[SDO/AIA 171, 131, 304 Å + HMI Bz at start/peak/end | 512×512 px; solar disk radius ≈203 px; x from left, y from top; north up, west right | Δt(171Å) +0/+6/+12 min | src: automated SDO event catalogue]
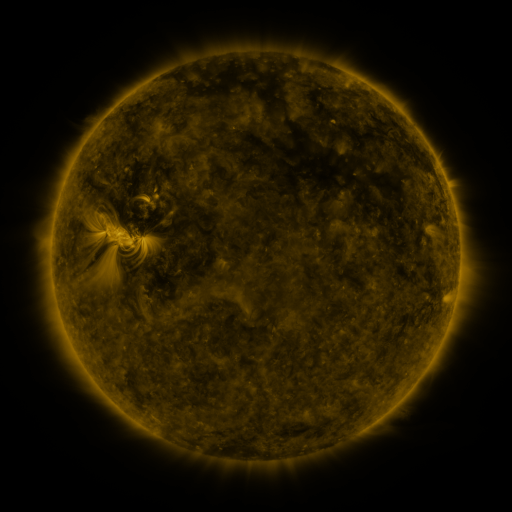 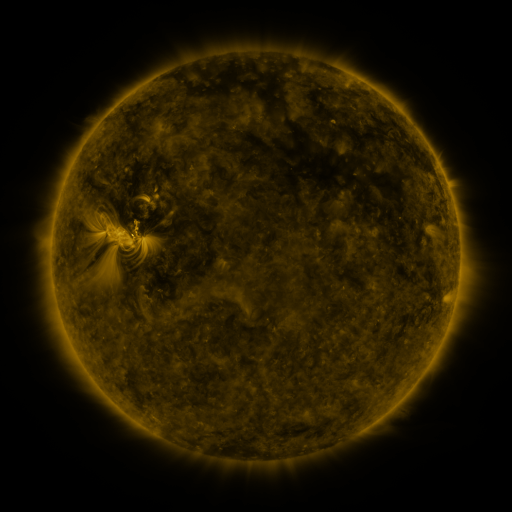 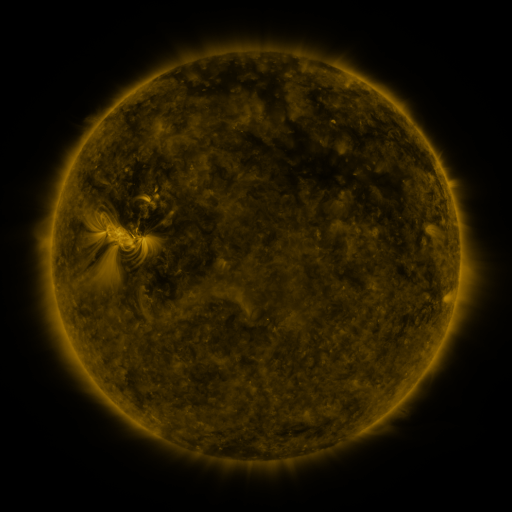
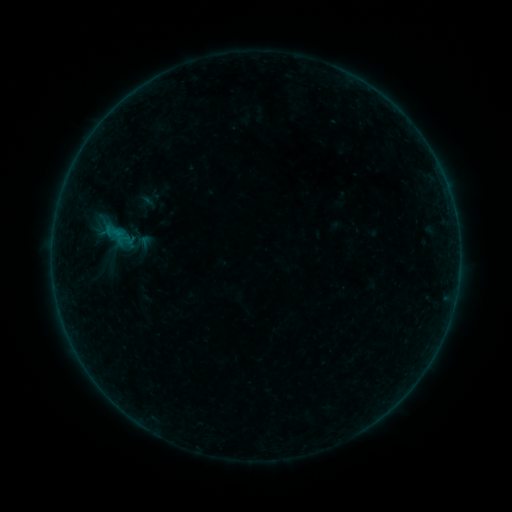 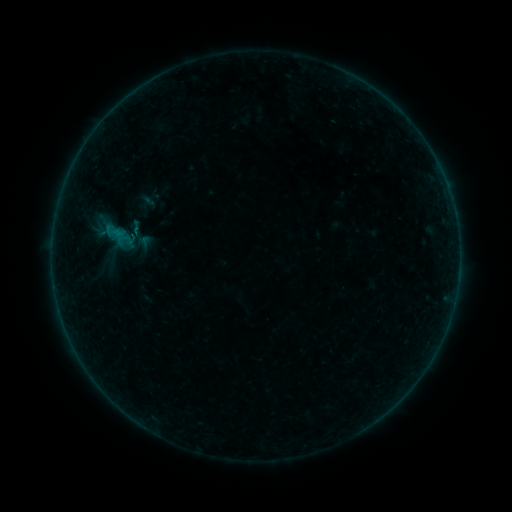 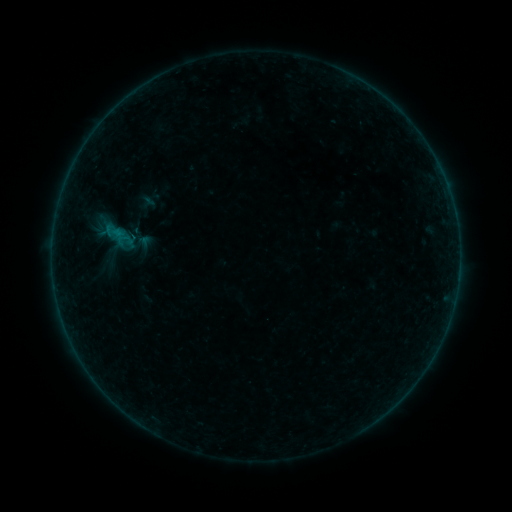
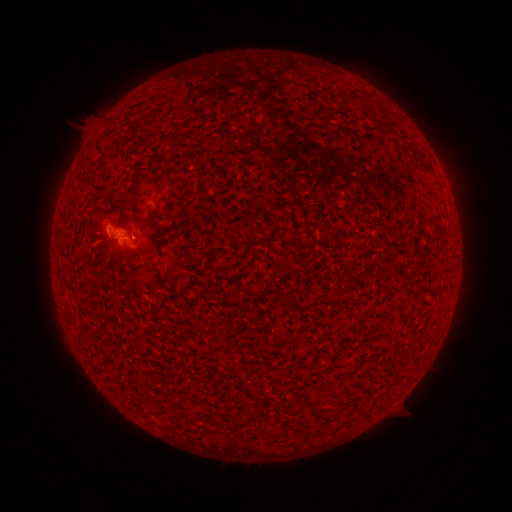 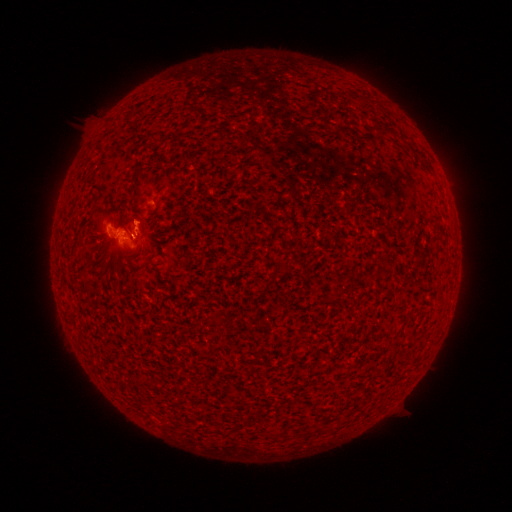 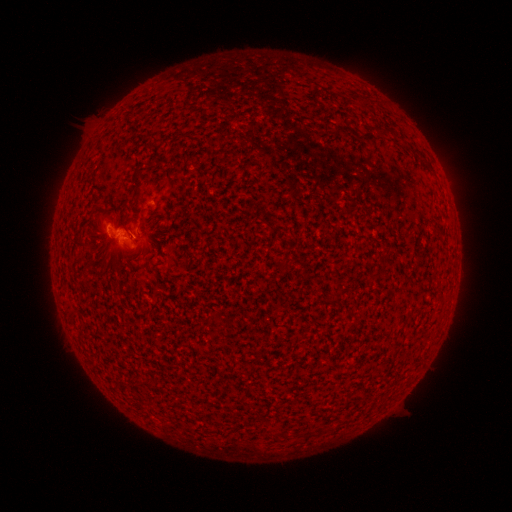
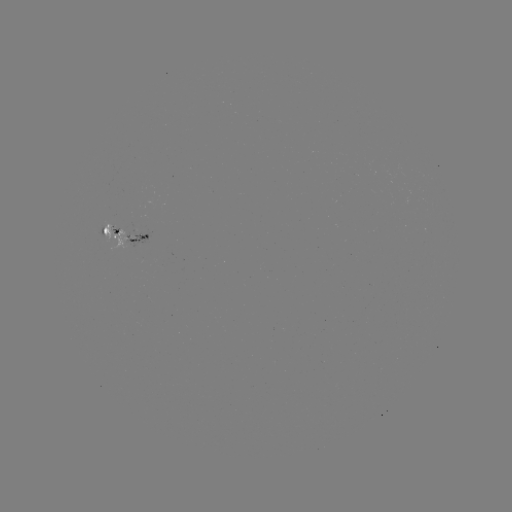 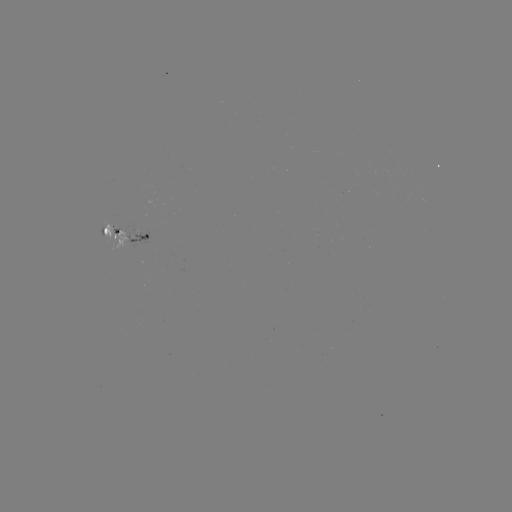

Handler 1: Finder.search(eruption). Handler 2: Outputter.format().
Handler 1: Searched eruption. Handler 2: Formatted [136, 212].